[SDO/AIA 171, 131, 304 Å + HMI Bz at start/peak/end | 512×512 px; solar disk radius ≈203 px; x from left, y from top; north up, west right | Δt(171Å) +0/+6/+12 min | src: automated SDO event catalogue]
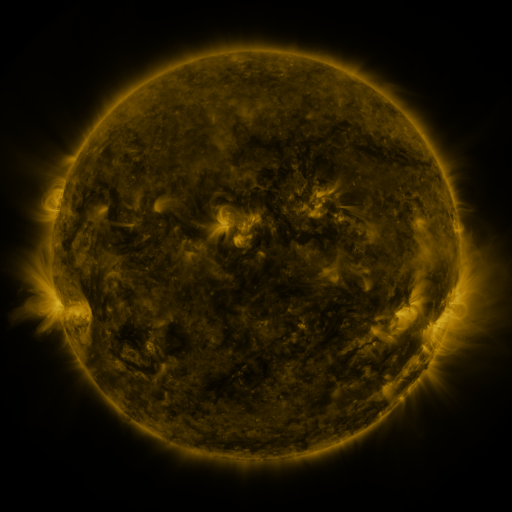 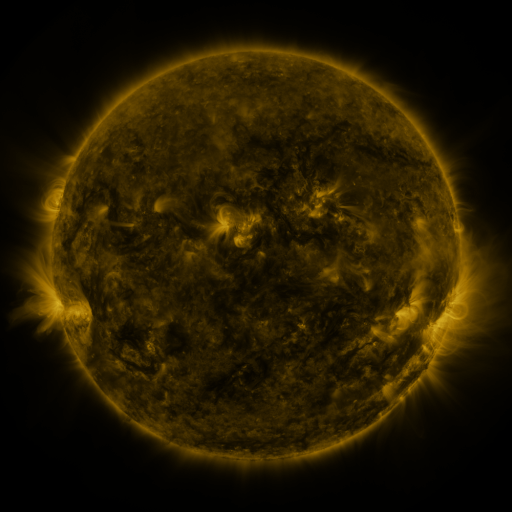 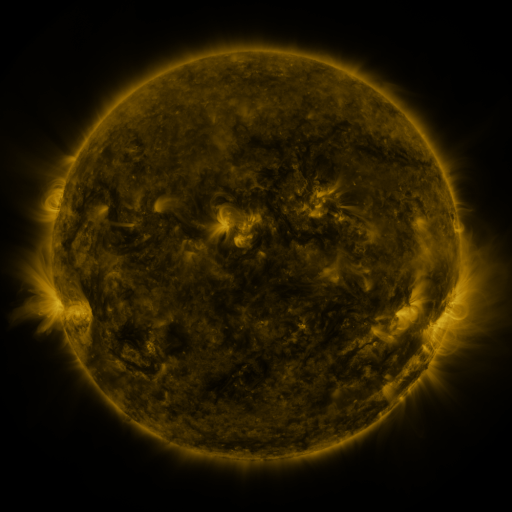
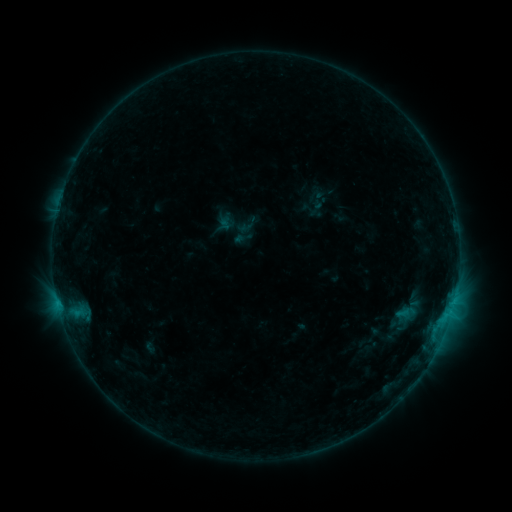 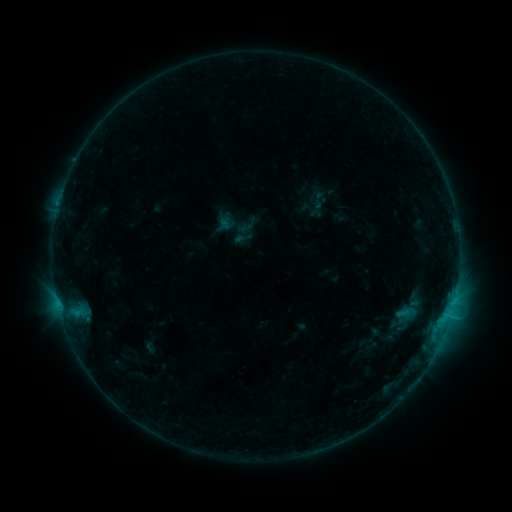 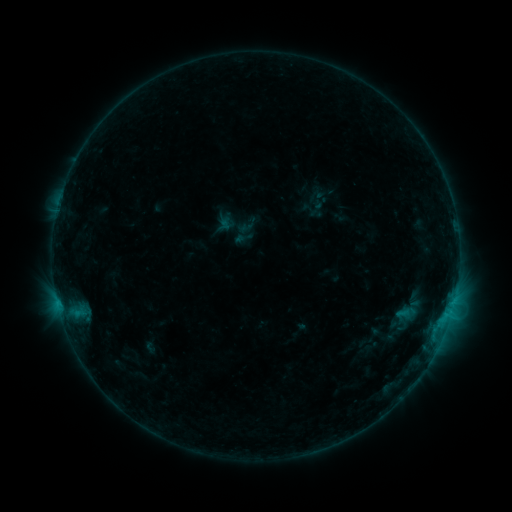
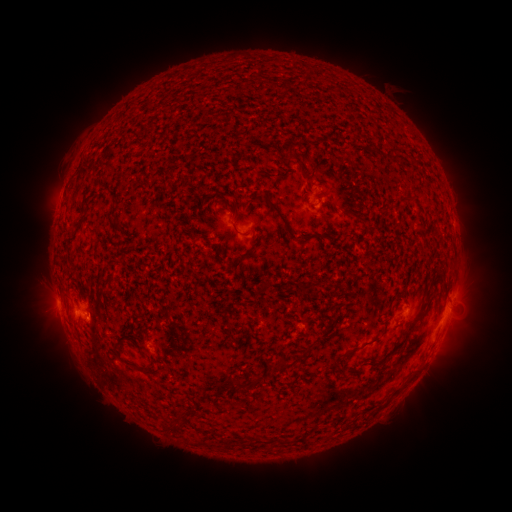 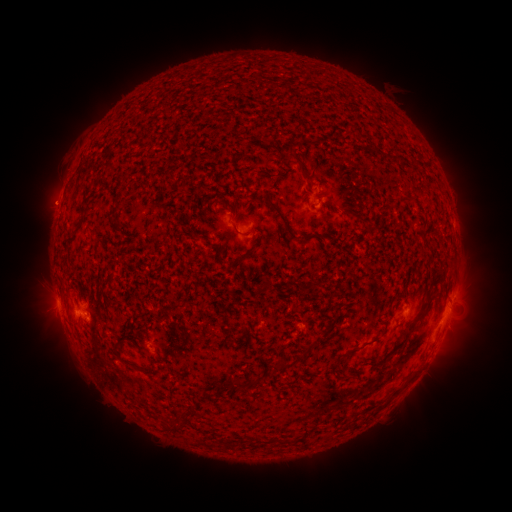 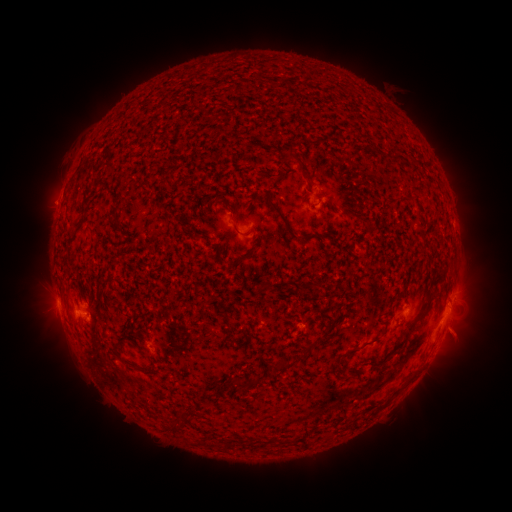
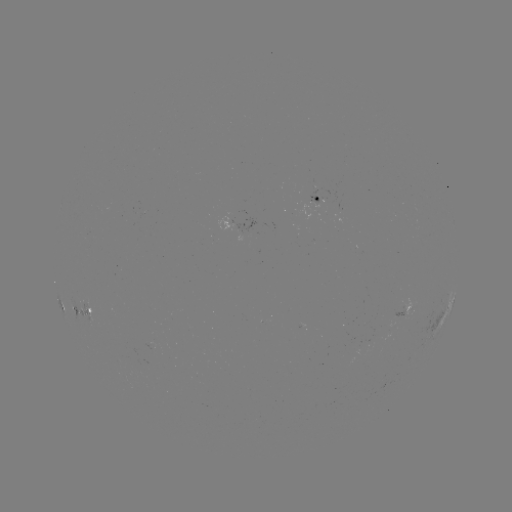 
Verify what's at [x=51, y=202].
eruption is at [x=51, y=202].